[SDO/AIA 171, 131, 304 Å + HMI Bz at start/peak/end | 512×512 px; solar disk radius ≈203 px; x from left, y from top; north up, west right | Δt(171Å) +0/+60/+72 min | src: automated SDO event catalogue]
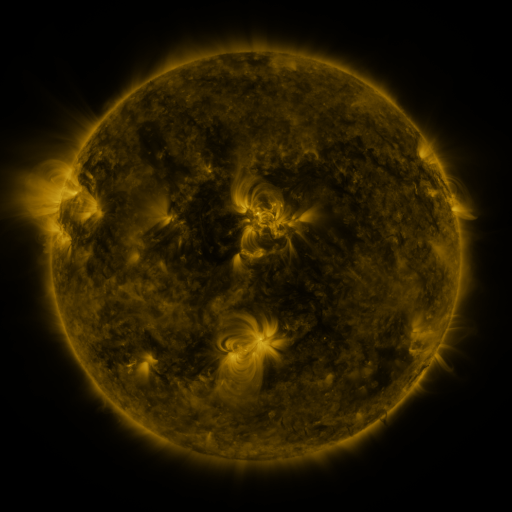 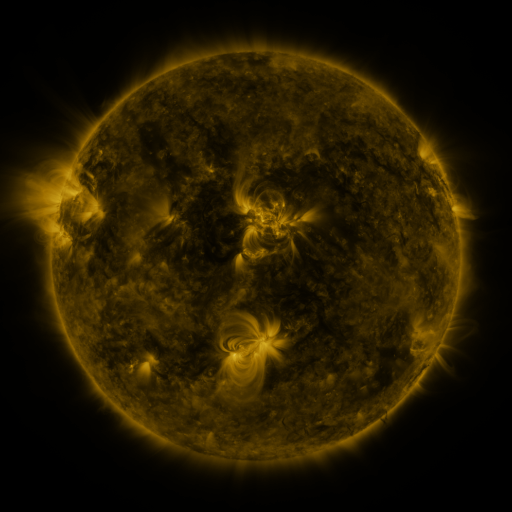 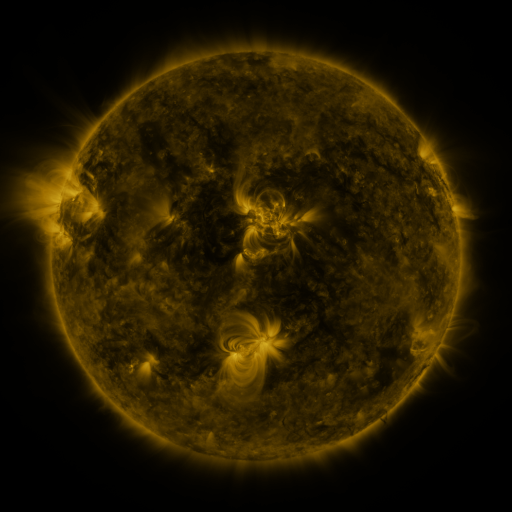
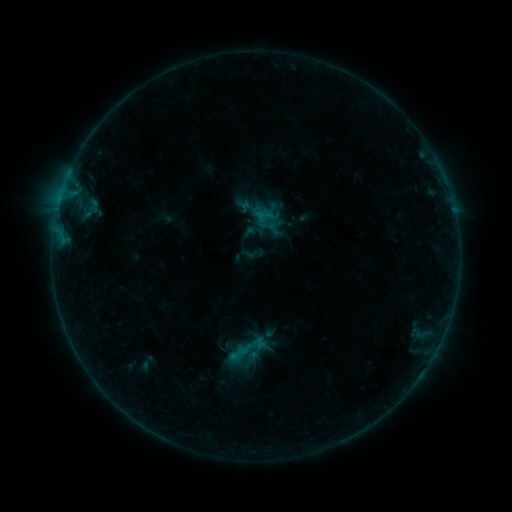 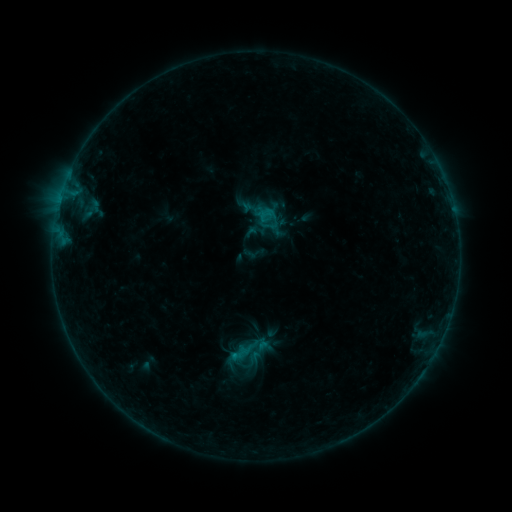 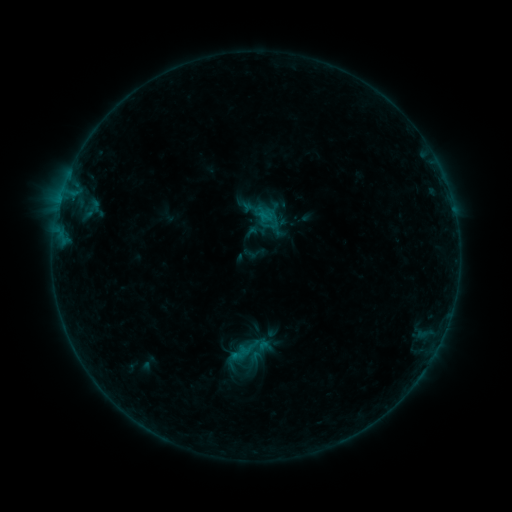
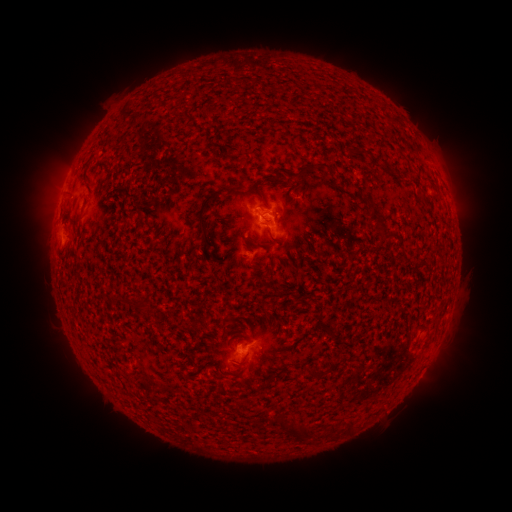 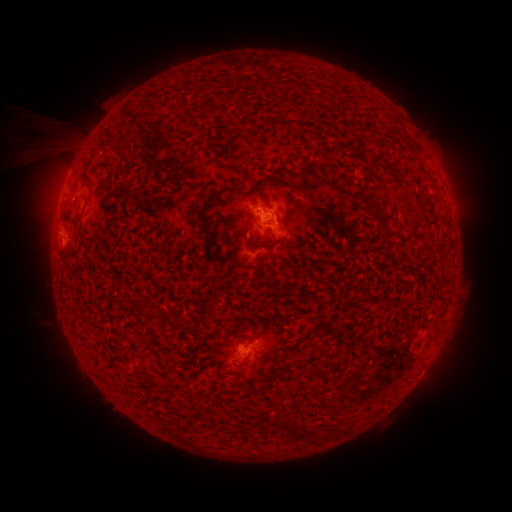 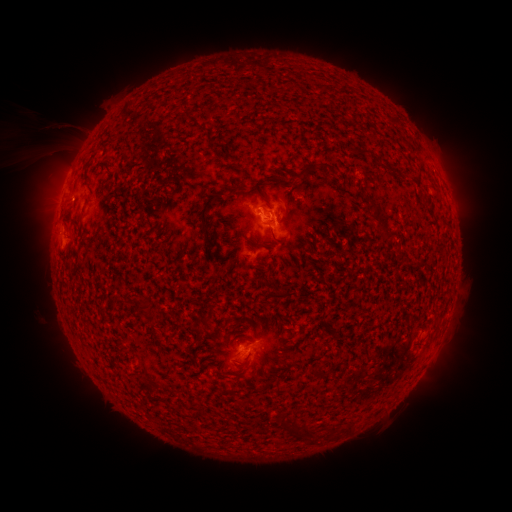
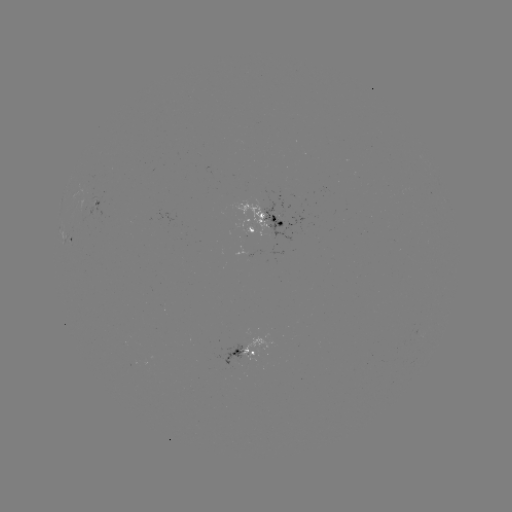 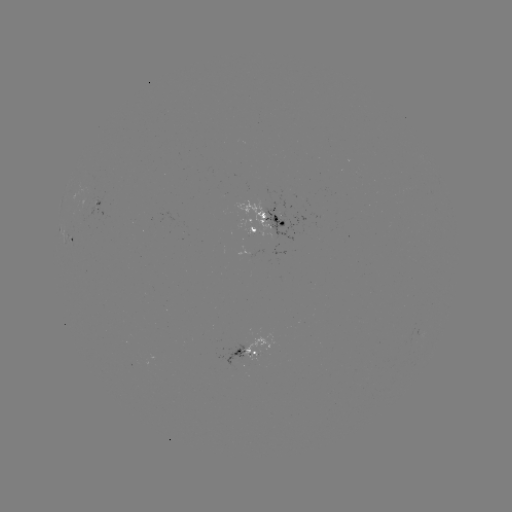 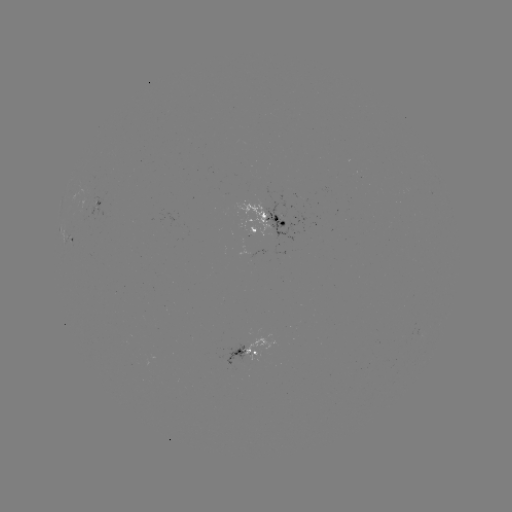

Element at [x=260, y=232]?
emerging-flux region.